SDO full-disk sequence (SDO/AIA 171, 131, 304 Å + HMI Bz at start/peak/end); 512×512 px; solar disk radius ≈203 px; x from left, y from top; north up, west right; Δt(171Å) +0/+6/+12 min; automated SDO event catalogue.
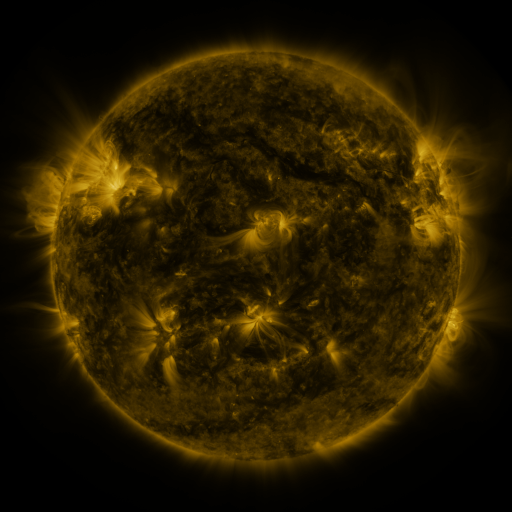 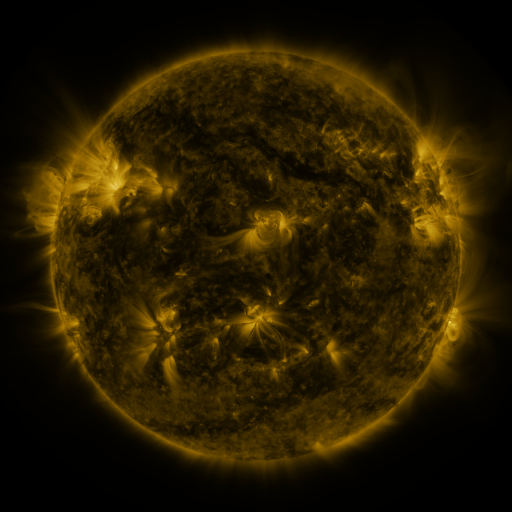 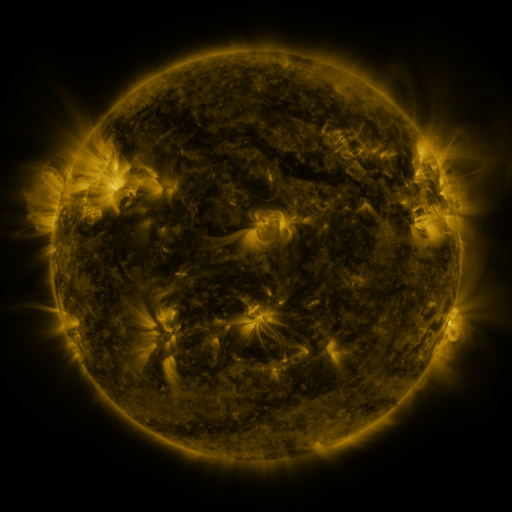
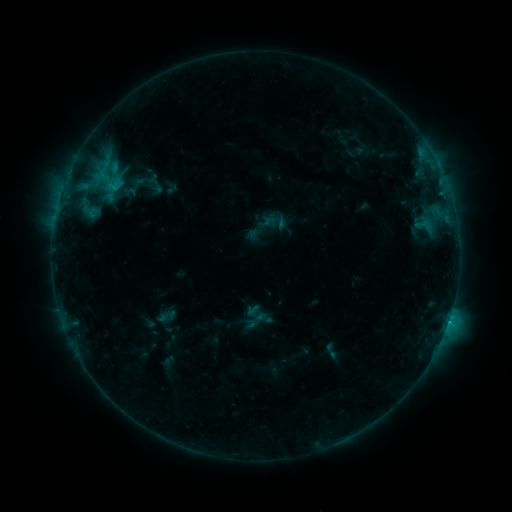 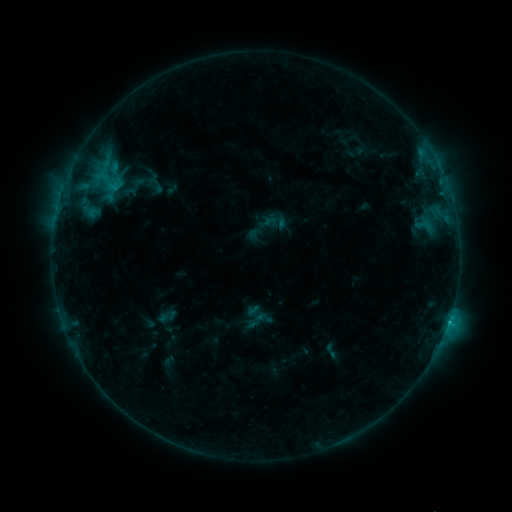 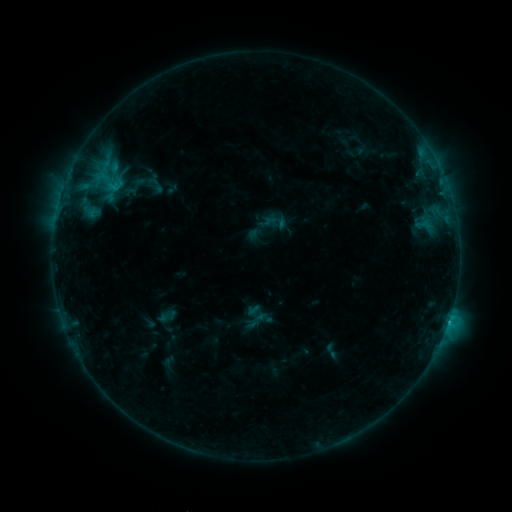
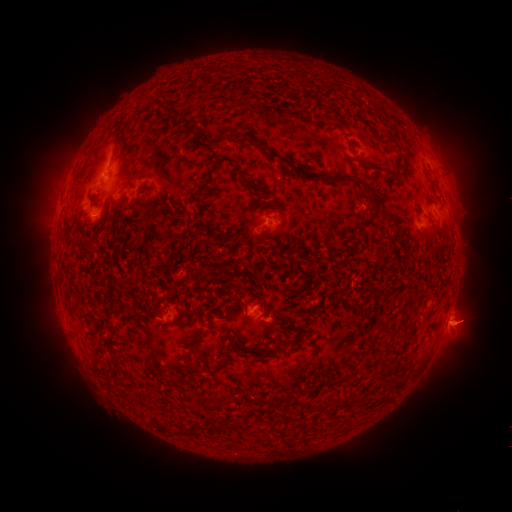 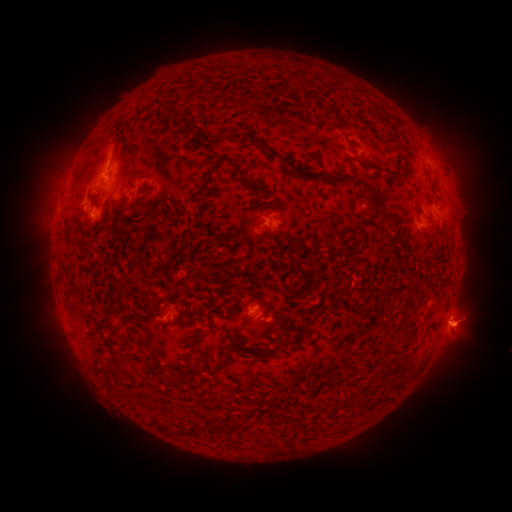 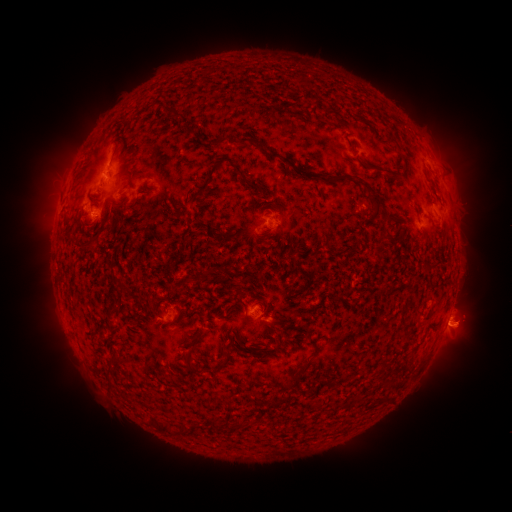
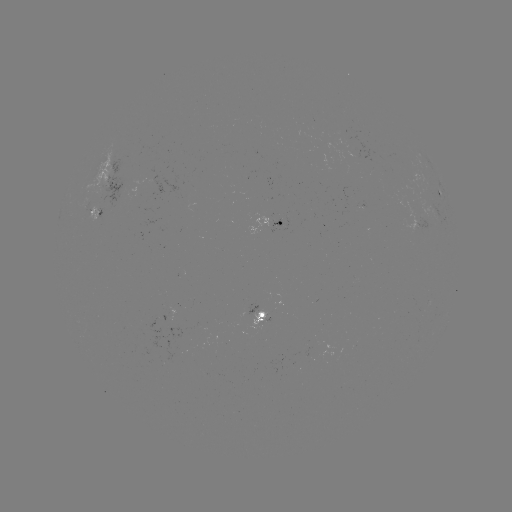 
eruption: [431, 296, 497, 358]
